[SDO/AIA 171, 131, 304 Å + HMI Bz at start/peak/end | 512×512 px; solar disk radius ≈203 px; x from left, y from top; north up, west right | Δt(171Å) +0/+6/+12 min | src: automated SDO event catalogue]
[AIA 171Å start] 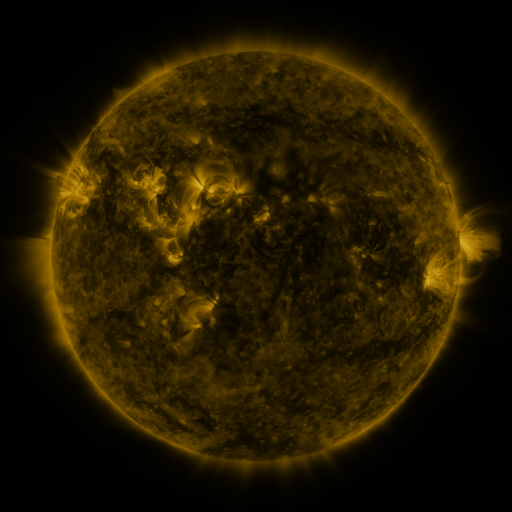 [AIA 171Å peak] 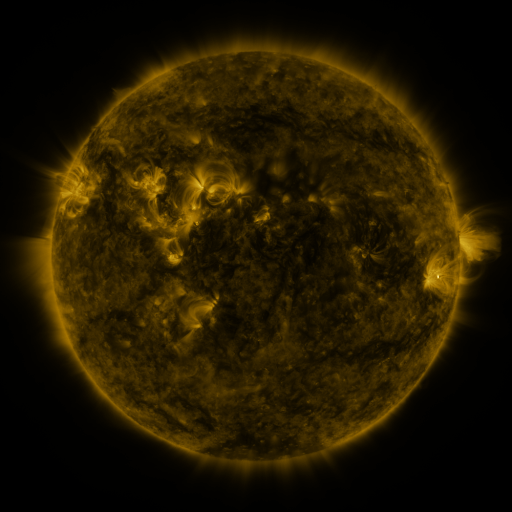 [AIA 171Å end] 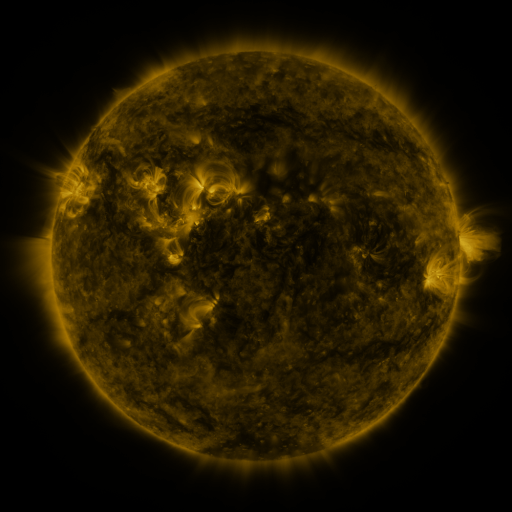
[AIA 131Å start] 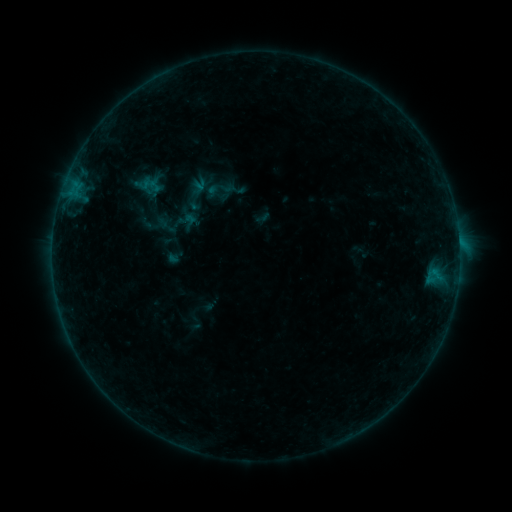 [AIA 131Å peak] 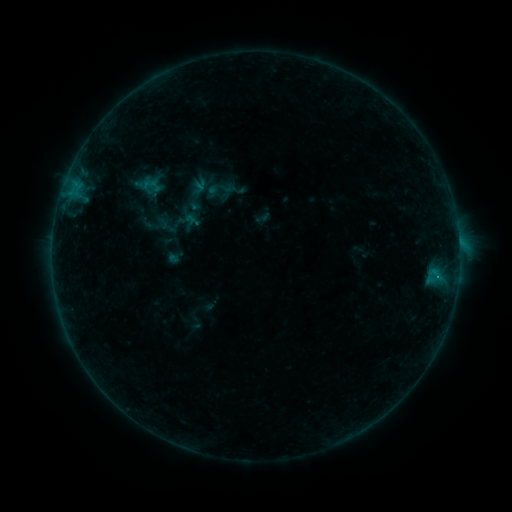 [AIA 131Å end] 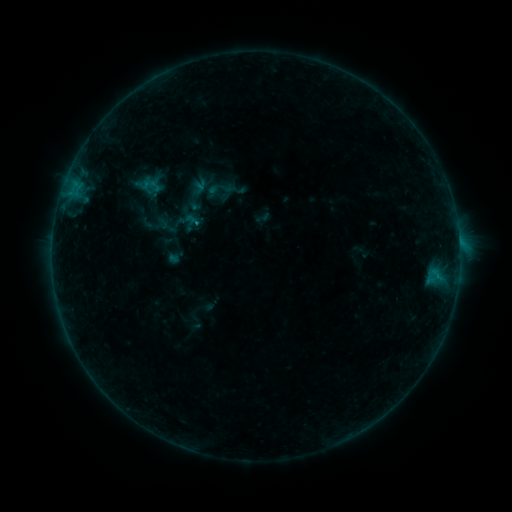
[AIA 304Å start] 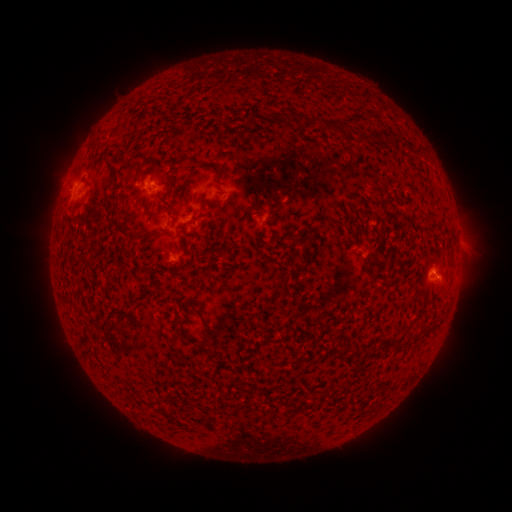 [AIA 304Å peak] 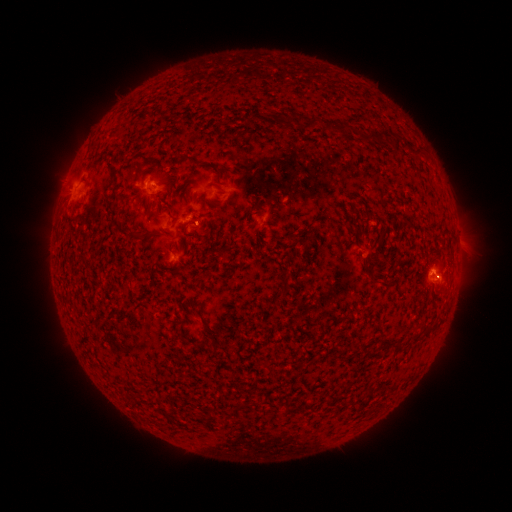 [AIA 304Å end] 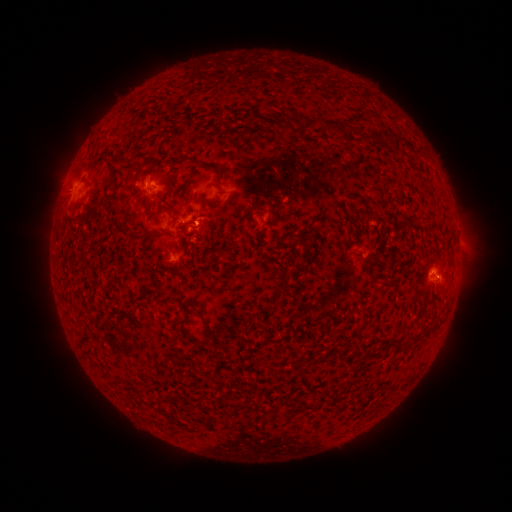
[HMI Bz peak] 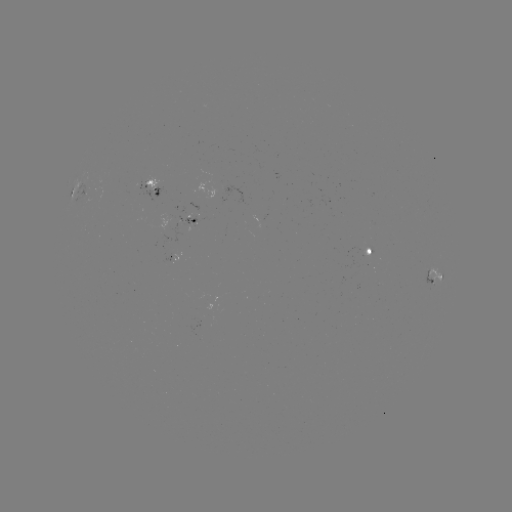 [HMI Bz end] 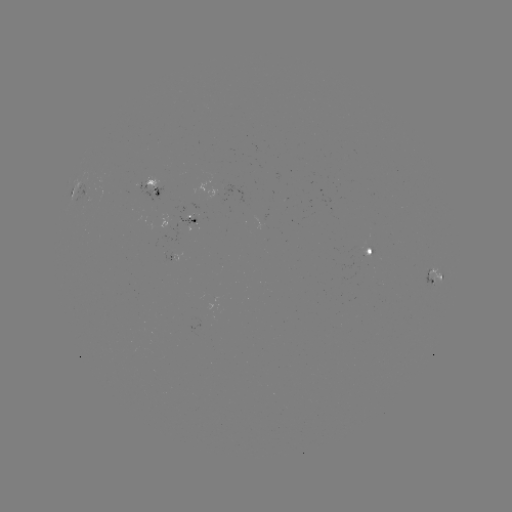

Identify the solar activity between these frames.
B5.6 flare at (199, 226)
